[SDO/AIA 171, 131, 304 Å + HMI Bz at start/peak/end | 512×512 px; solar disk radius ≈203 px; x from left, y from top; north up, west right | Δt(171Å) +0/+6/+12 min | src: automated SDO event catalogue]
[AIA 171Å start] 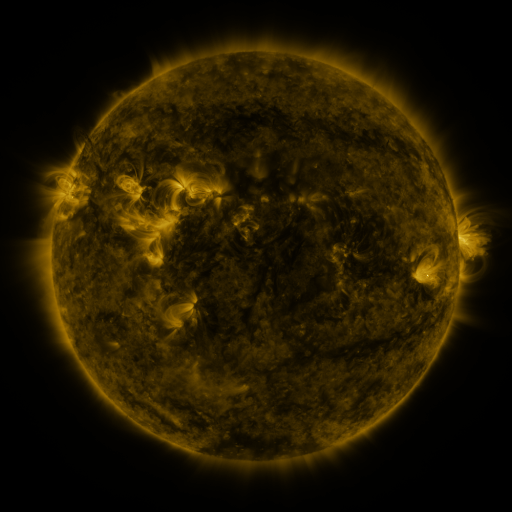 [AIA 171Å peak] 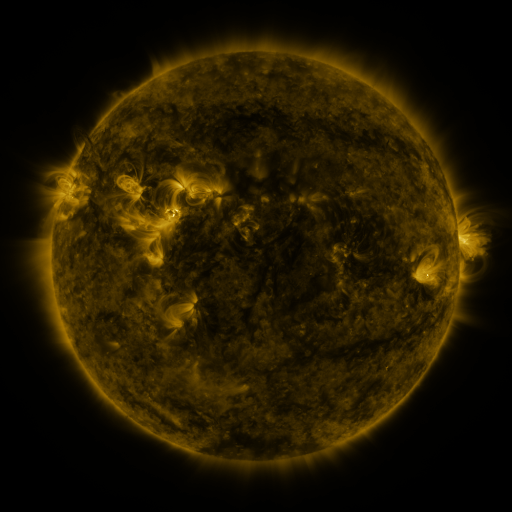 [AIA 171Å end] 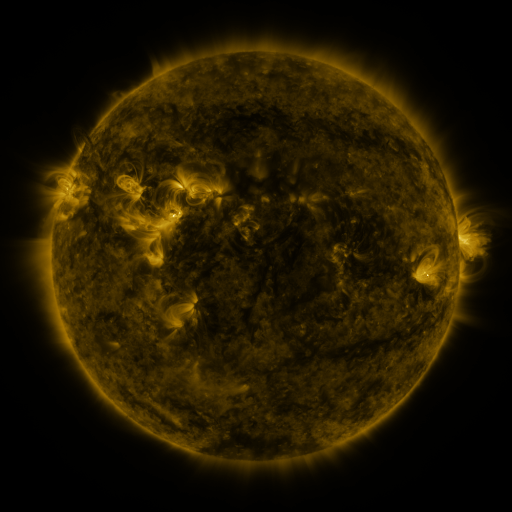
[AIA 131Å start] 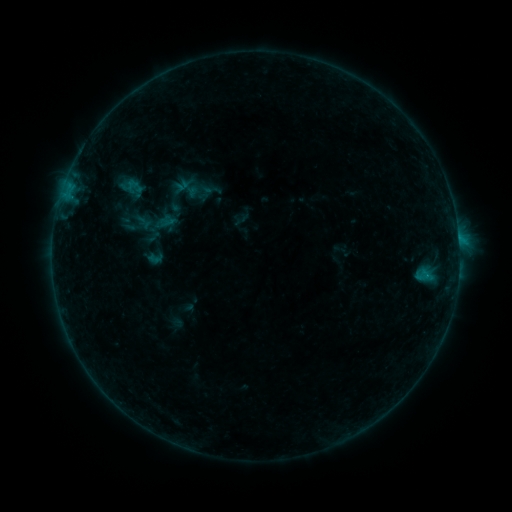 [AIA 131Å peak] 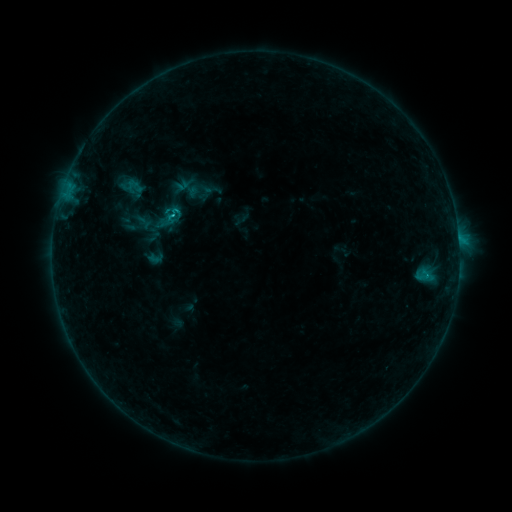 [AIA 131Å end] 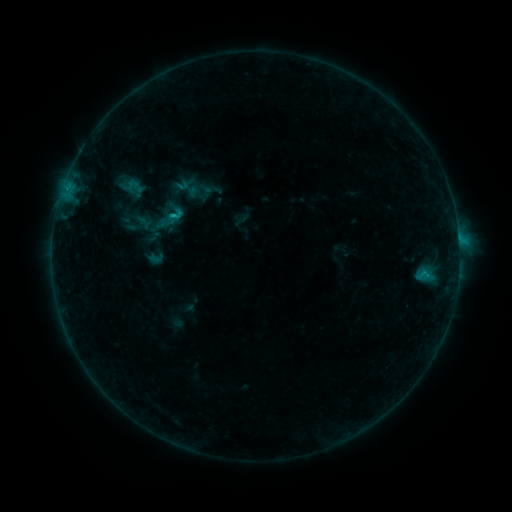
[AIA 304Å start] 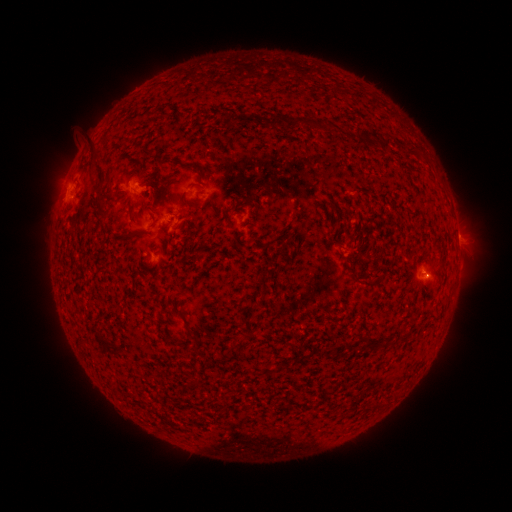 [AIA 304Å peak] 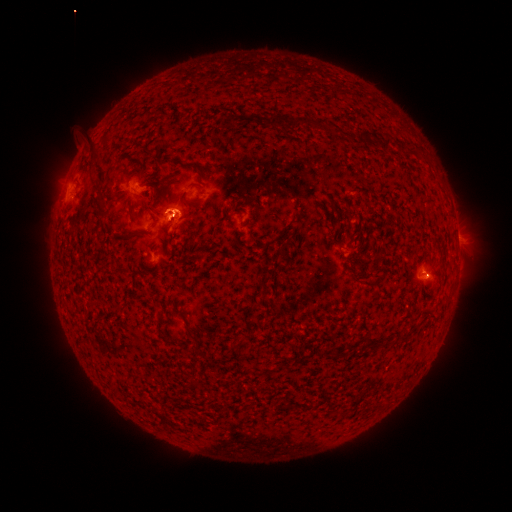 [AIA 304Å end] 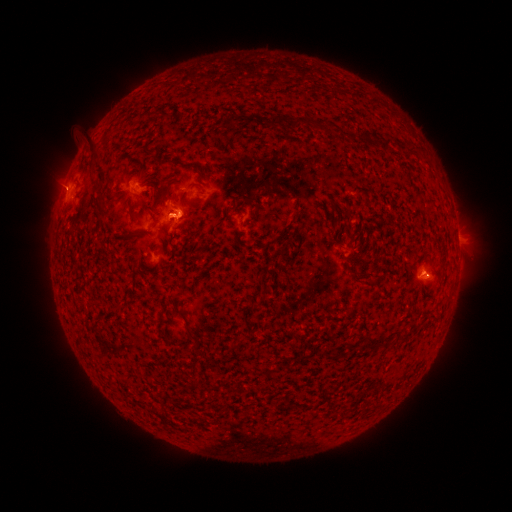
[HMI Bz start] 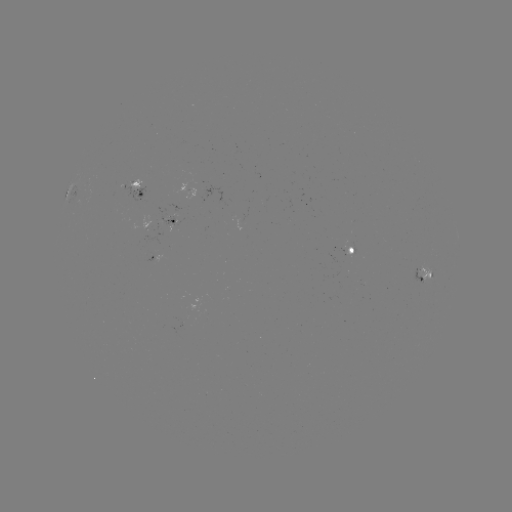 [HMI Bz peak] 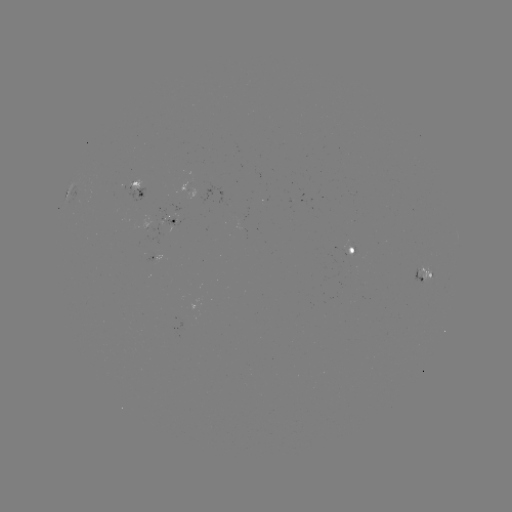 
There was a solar flare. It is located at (173, 216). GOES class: B6.2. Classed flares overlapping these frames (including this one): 1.